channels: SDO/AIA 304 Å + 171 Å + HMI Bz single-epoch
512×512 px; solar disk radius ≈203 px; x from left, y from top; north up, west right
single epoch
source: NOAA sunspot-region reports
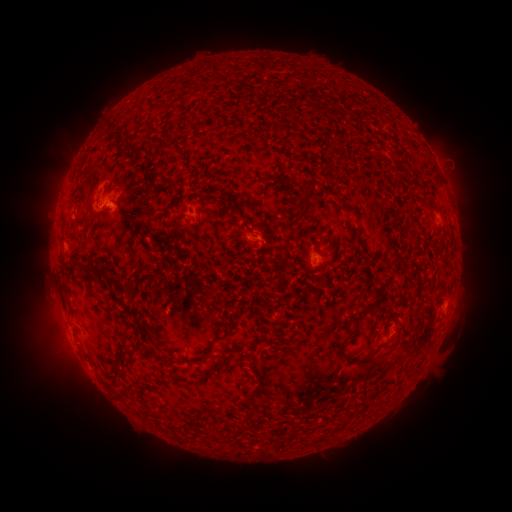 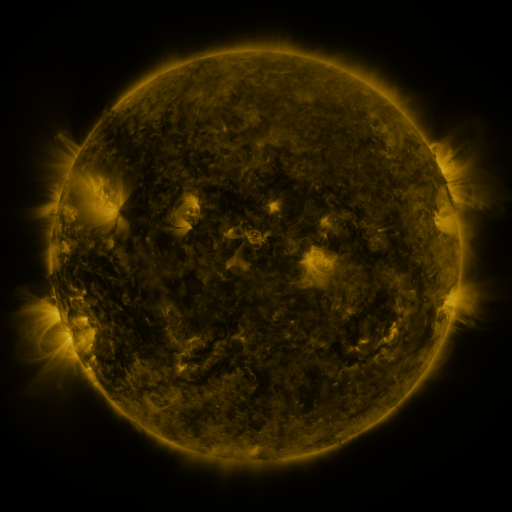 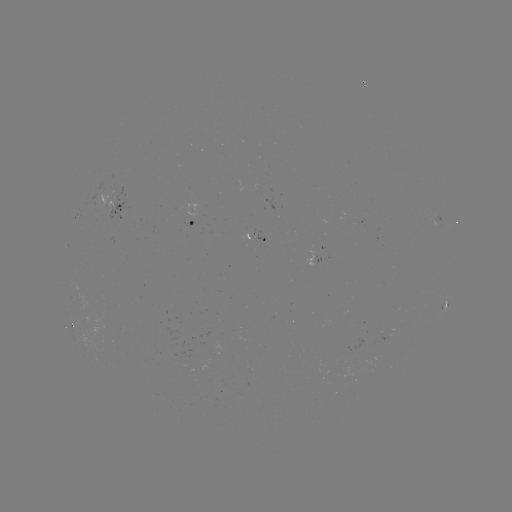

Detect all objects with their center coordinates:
spotted active region: (115, 202)
spotted active region: (202, 219)
spotted active region: (315, 261)
spotted active region: (390, 335)
